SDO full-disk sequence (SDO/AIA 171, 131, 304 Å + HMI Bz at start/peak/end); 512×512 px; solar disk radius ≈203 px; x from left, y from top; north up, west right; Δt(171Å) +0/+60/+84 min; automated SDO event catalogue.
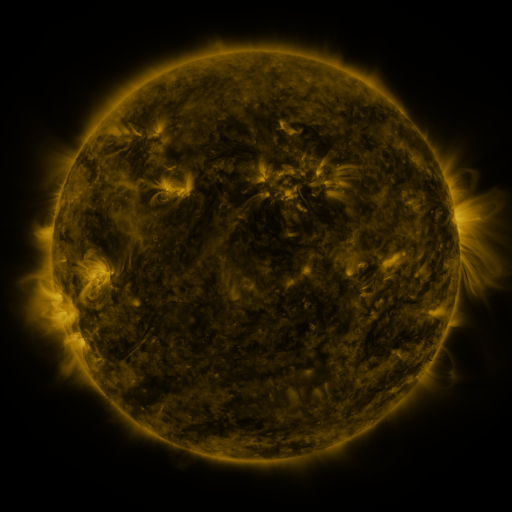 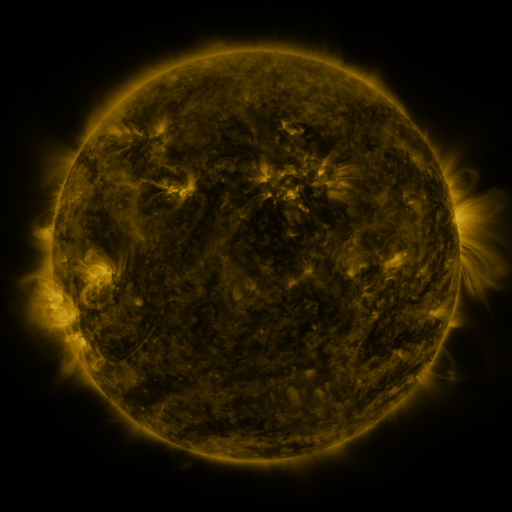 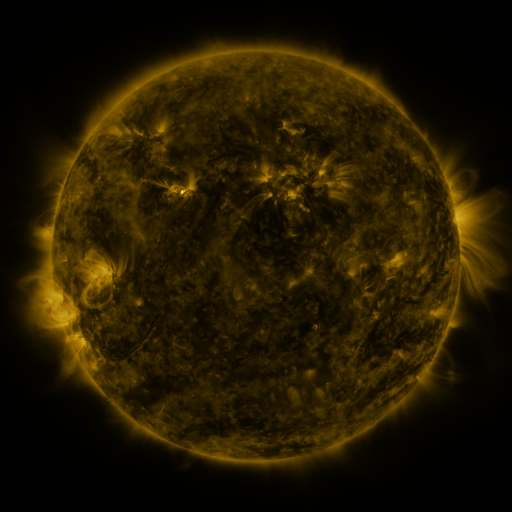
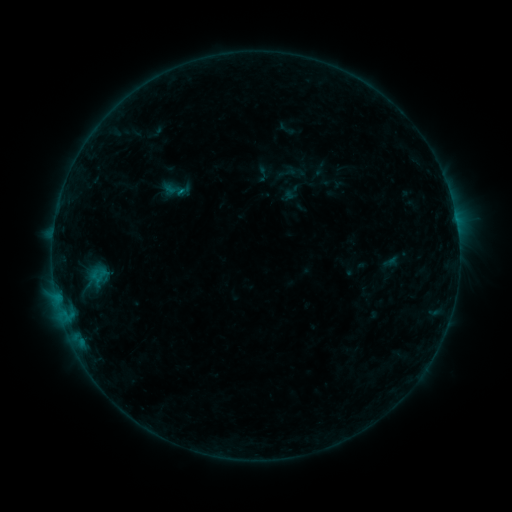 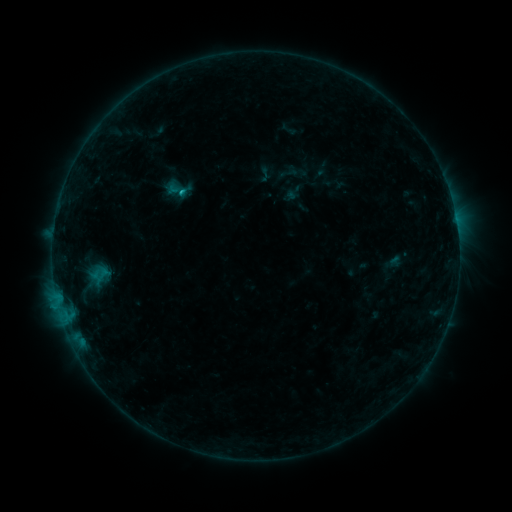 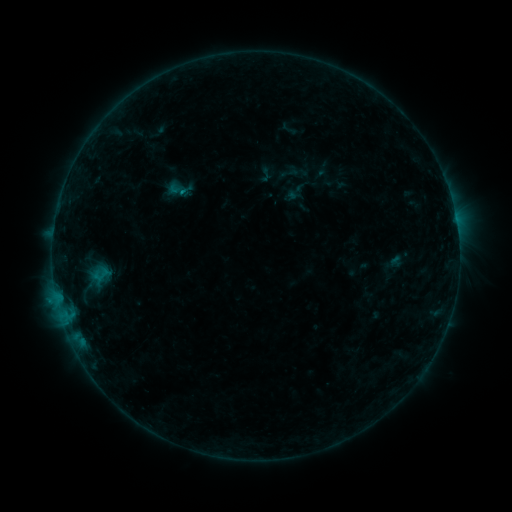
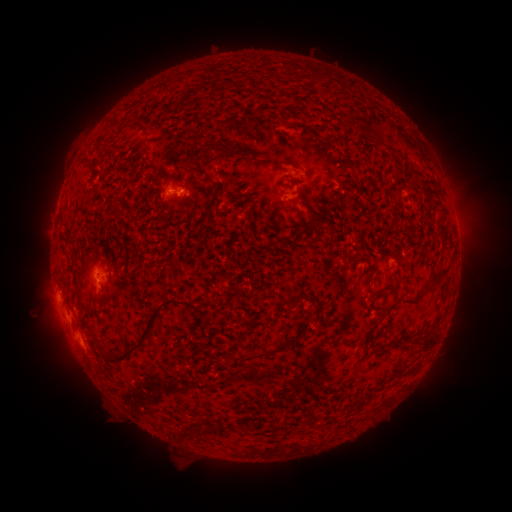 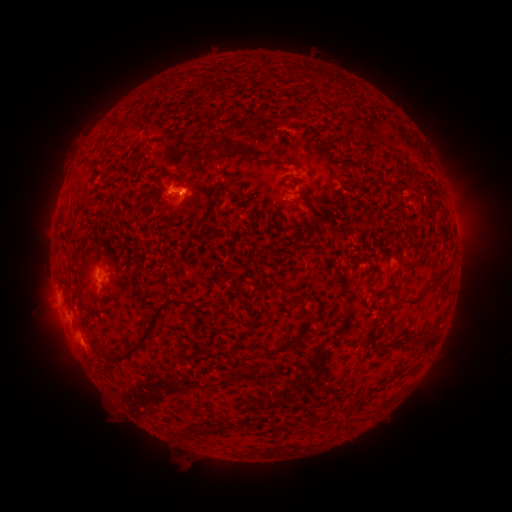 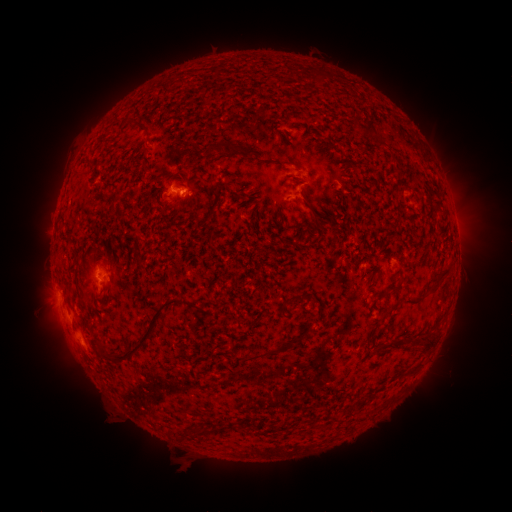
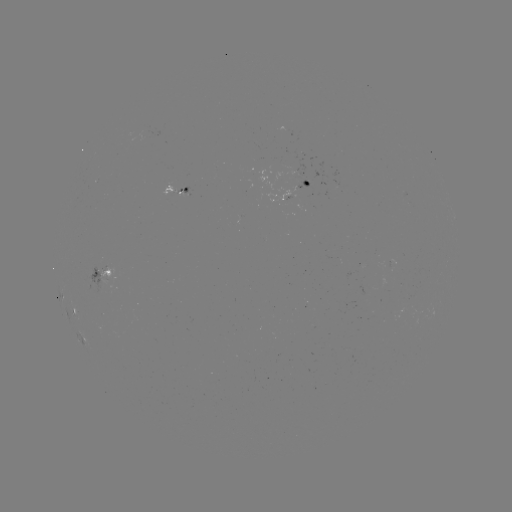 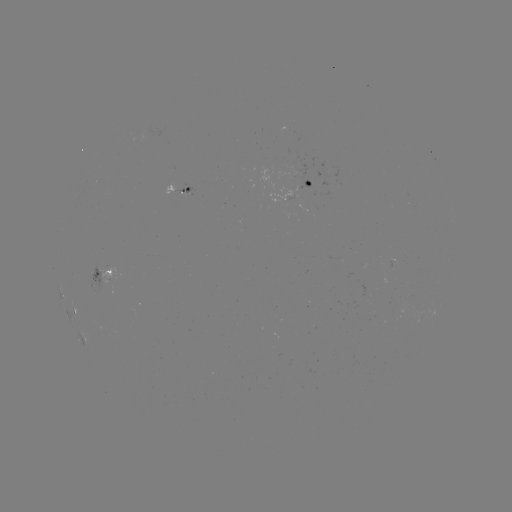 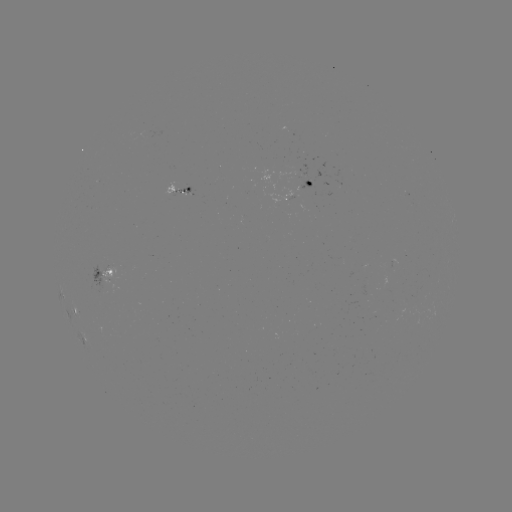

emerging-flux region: (176, 188, 191, 194)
